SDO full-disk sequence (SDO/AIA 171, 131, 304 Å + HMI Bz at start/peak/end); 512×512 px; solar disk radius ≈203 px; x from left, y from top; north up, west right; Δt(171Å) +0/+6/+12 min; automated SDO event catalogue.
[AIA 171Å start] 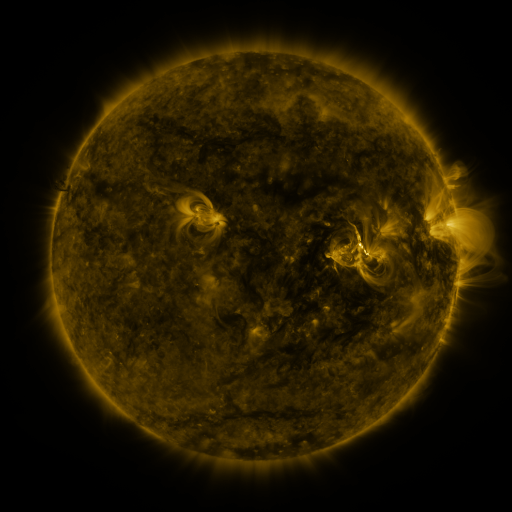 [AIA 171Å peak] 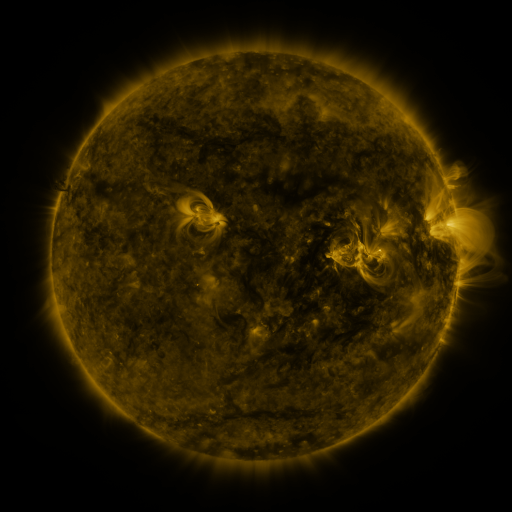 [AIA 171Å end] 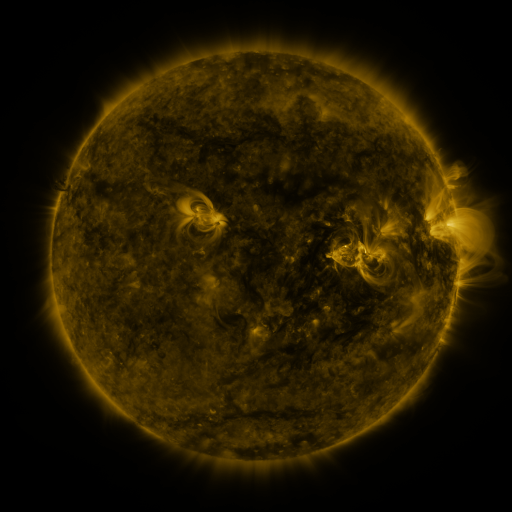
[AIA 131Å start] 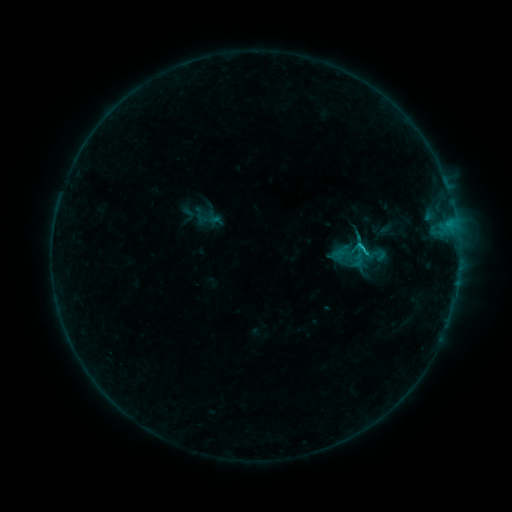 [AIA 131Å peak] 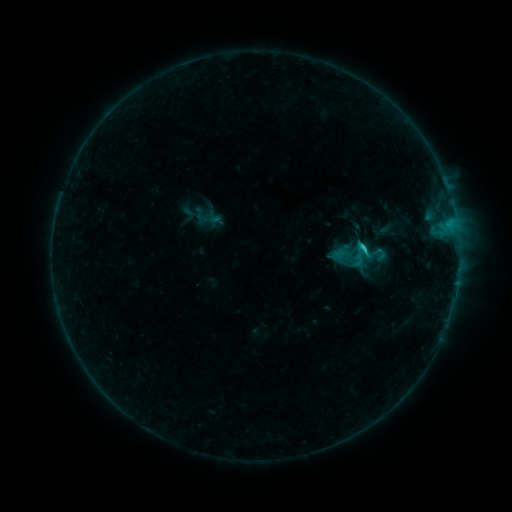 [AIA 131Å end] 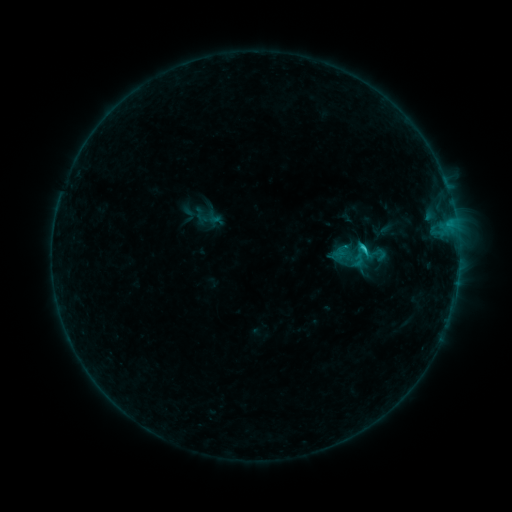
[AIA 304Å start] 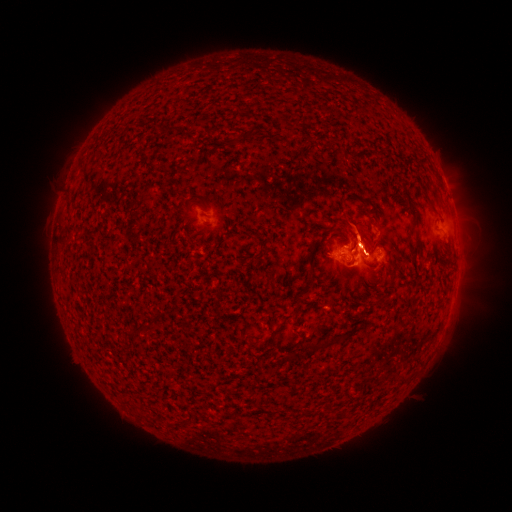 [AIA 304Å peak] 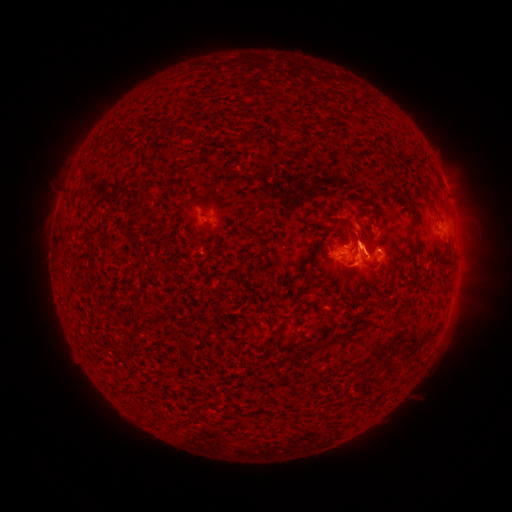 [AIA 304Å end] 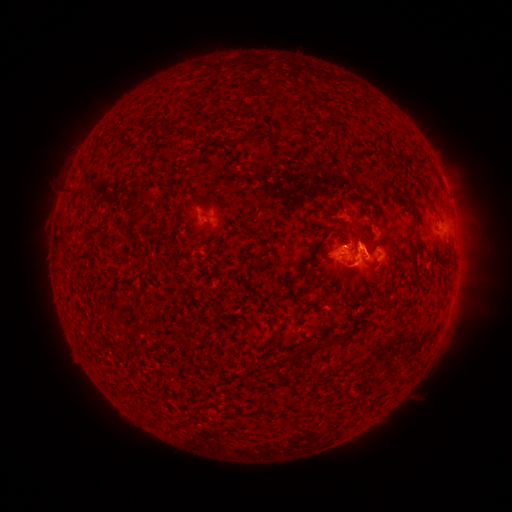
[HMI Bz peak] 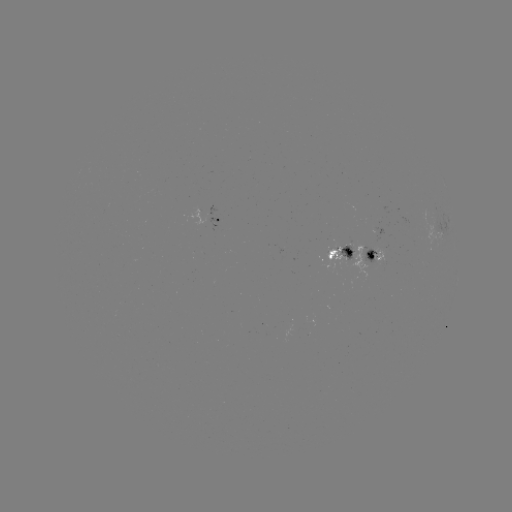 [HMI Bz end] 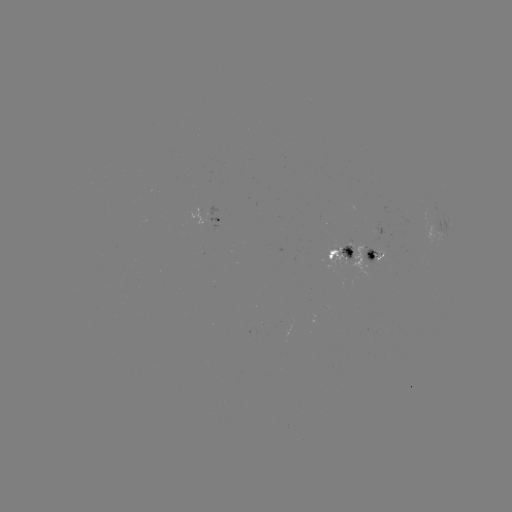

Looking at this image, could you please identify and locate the eruption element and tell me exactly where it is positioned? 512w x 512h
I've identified eruption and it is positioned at [355, 218].